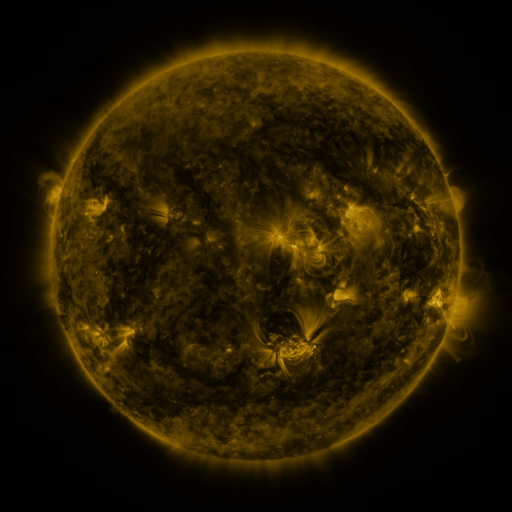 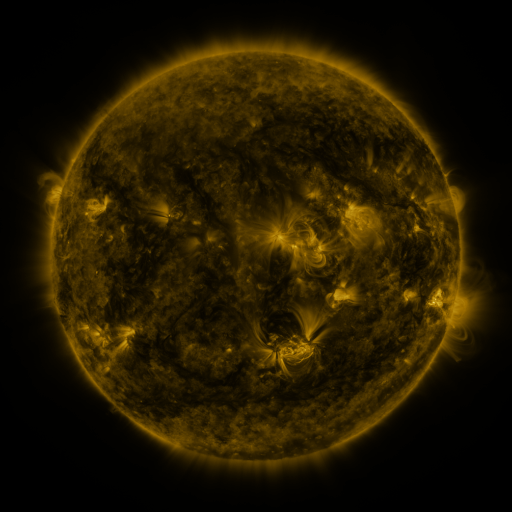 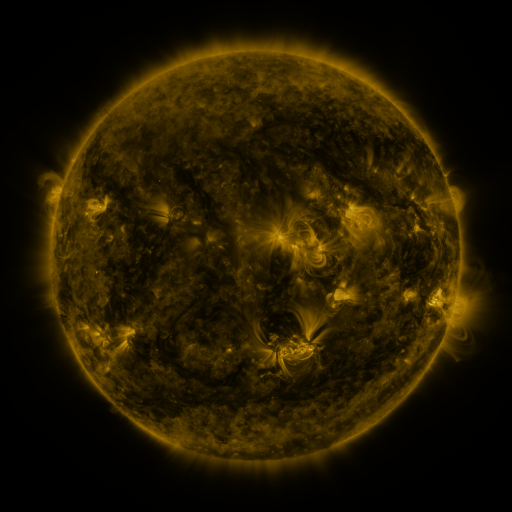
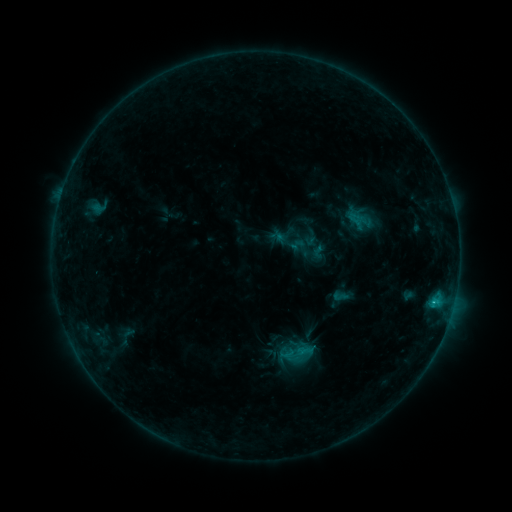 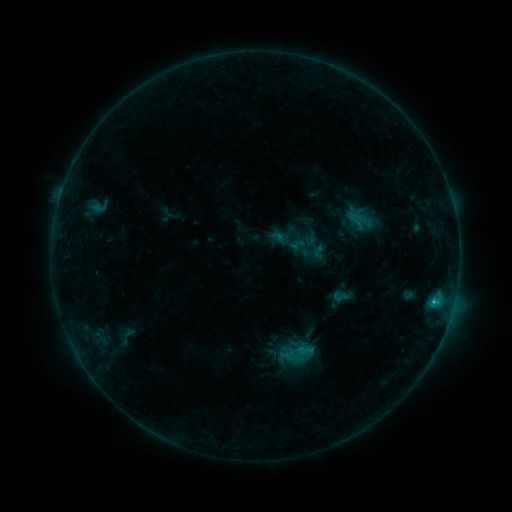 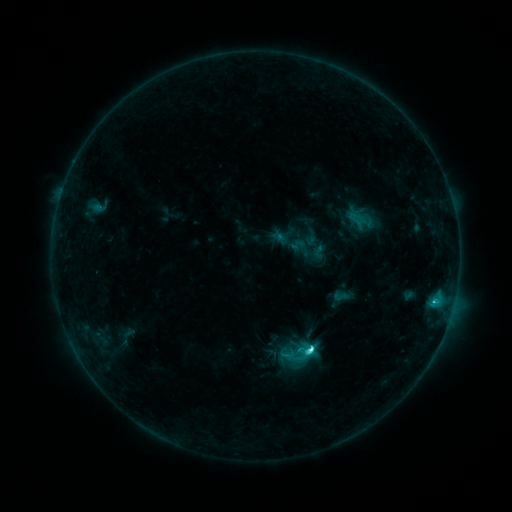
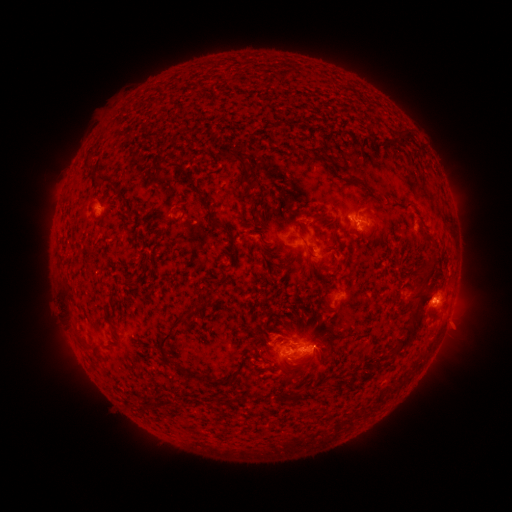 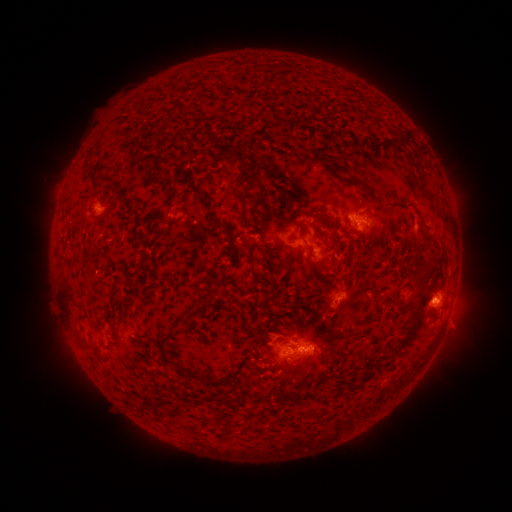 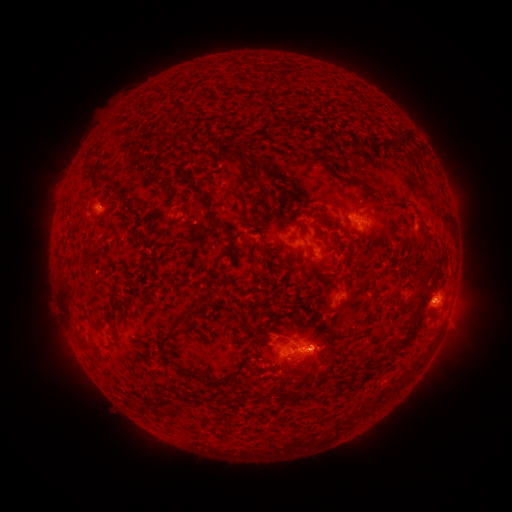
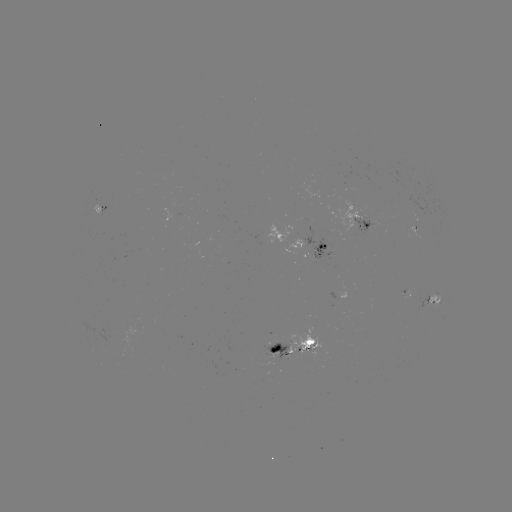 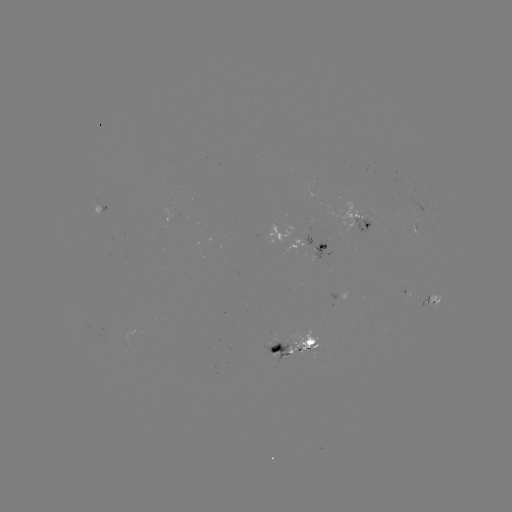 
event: eruption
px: (322, 359)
